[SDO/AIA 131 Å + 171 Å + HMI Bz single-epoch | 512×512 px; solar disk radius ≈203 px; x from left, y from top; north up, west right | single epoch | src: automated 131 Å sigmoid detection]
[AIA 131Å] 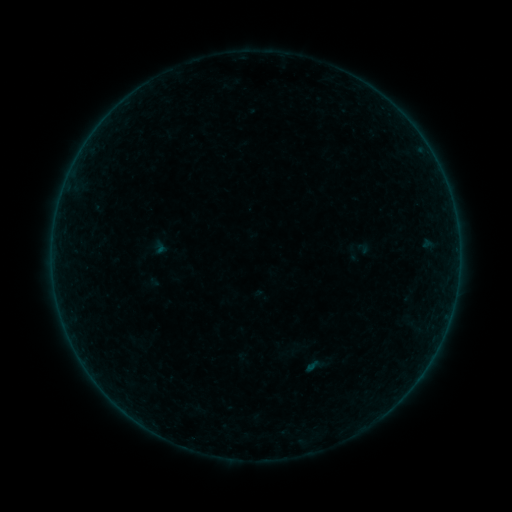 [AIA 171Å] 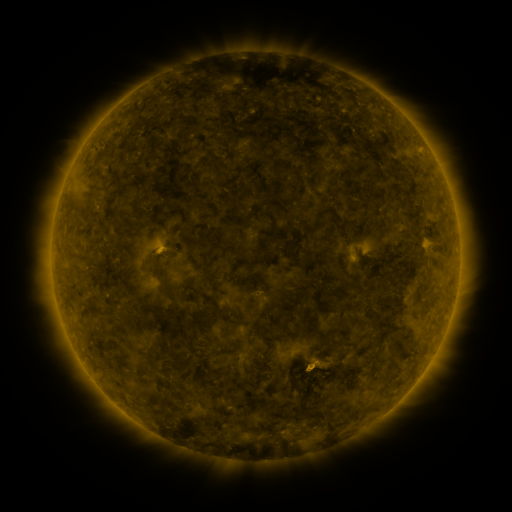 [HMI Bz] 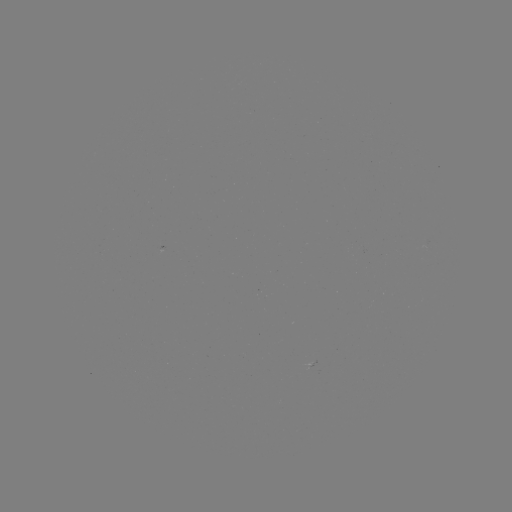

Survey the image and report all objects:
sigmoid: (316, 366)
